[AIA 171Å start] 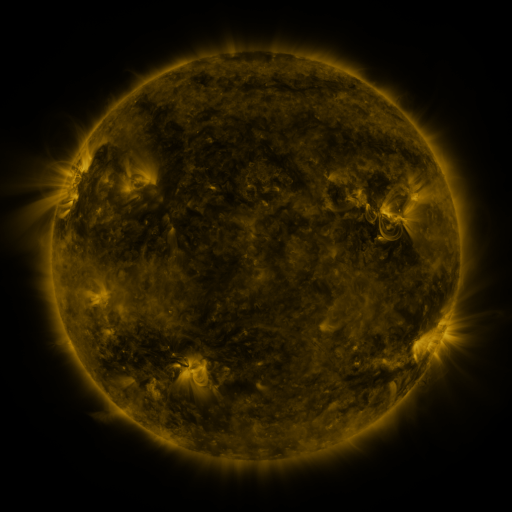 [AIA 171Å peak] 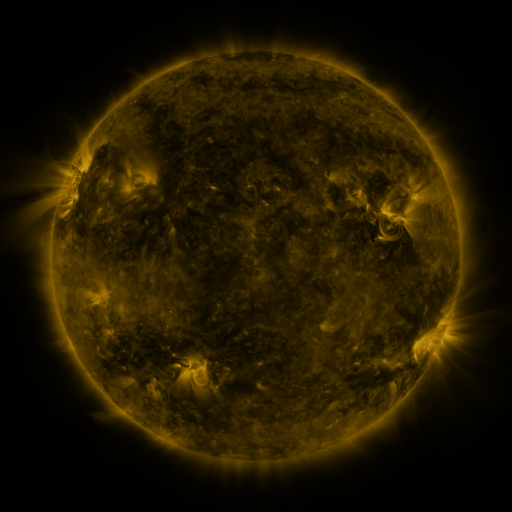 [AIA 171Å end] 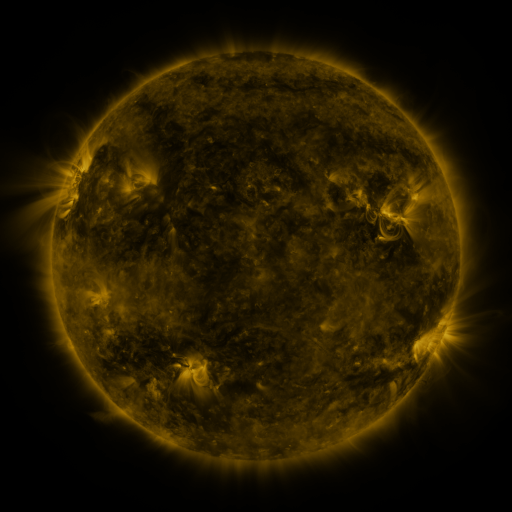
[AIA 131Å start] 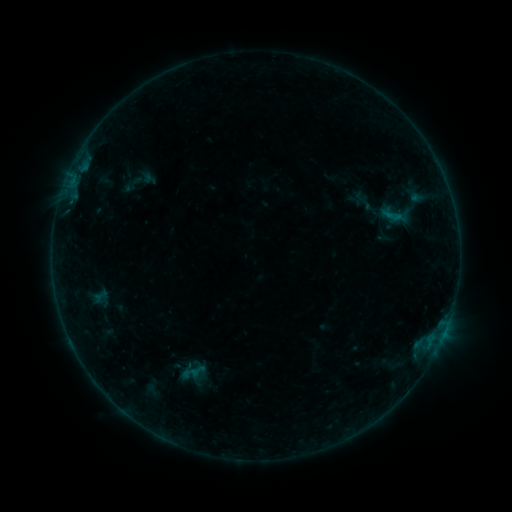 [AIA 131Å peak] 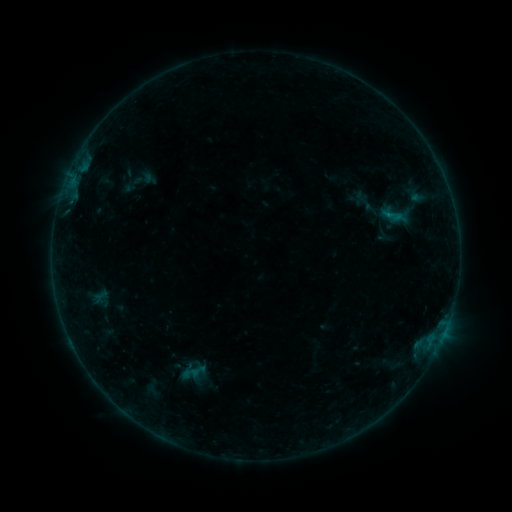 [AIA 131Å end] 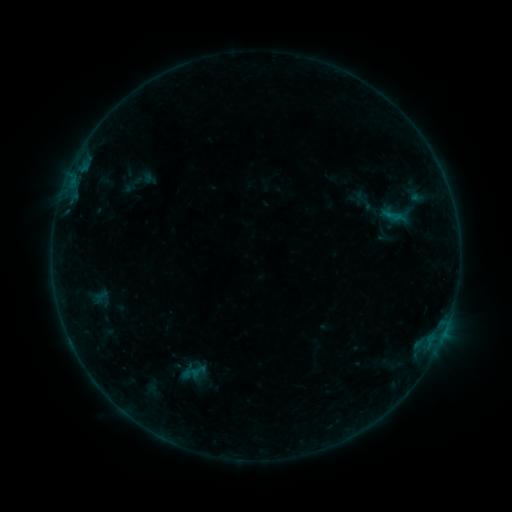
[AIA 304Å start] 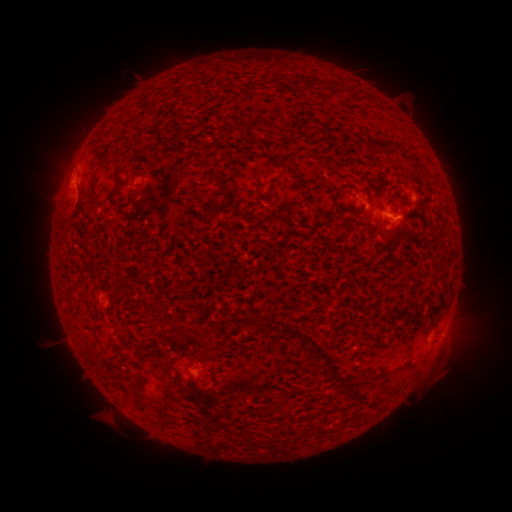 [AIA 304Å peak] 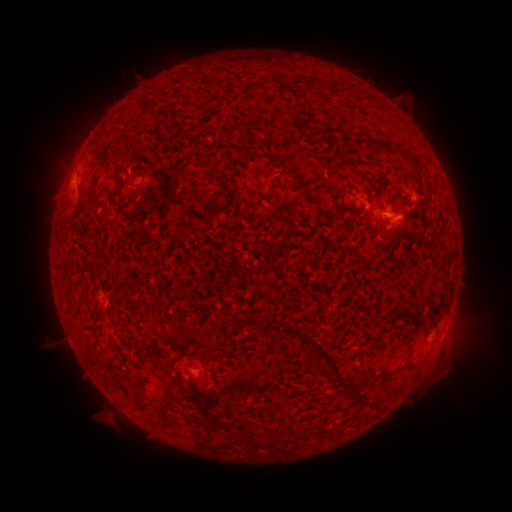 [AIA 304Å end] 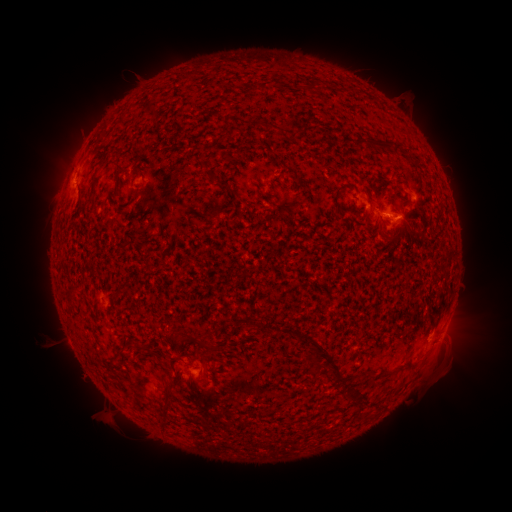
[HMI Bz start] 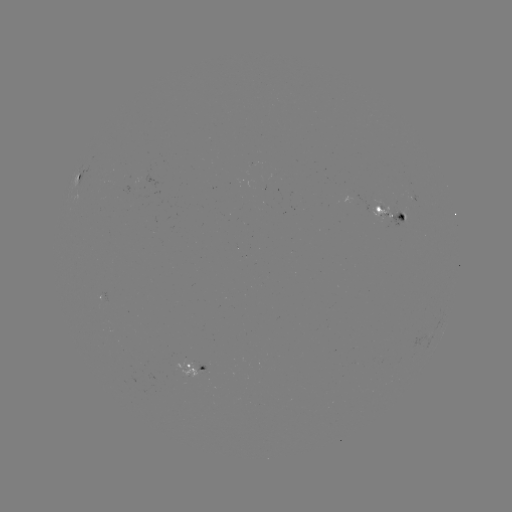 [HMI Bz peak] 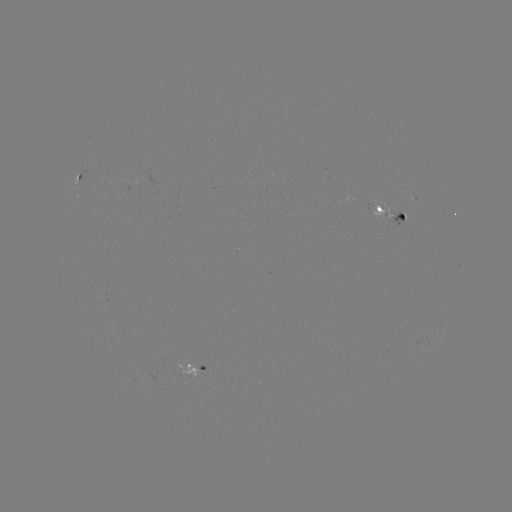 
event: flare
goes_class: B3.0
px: (386, 217)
